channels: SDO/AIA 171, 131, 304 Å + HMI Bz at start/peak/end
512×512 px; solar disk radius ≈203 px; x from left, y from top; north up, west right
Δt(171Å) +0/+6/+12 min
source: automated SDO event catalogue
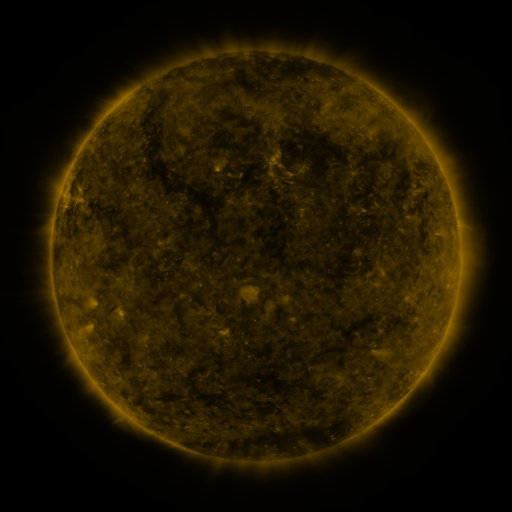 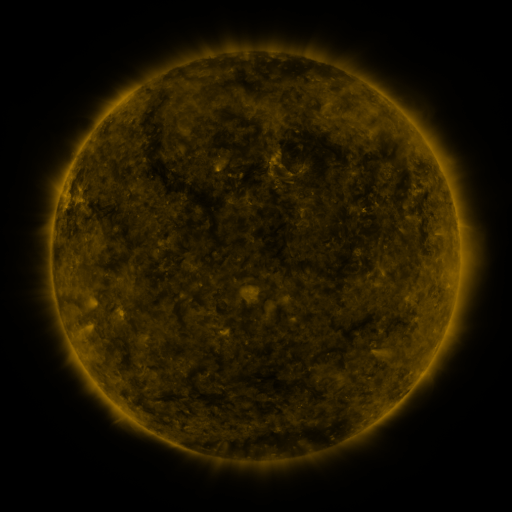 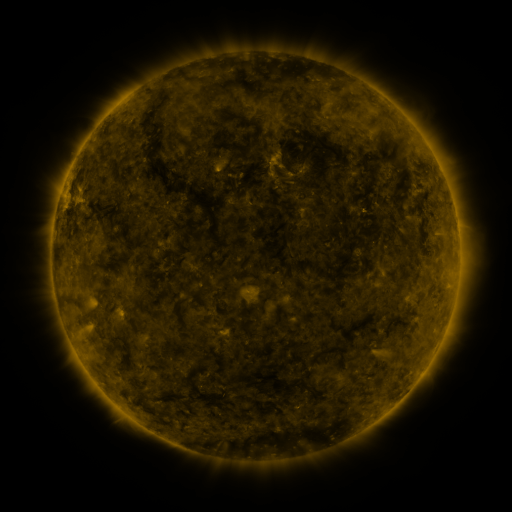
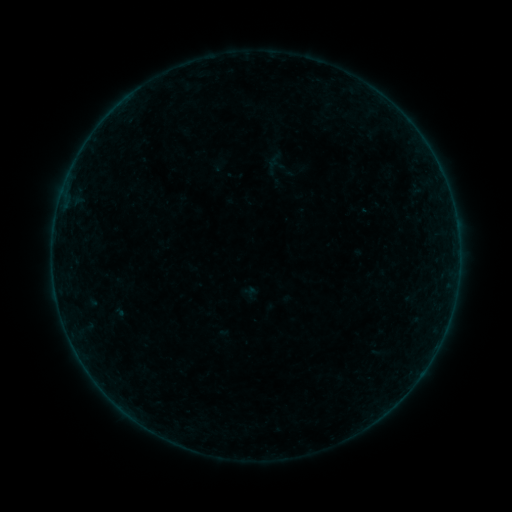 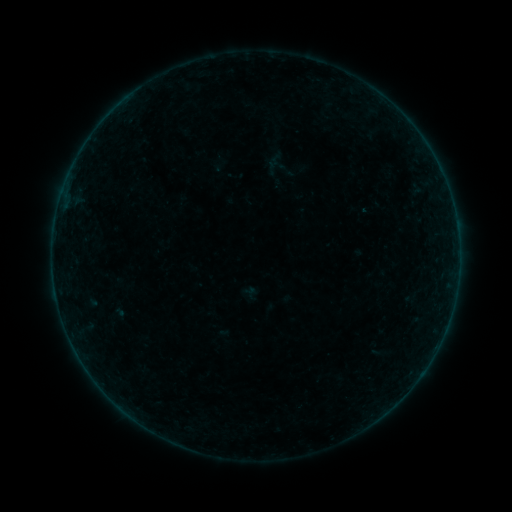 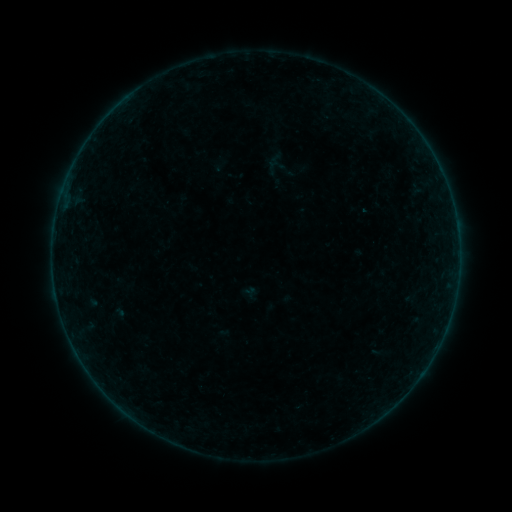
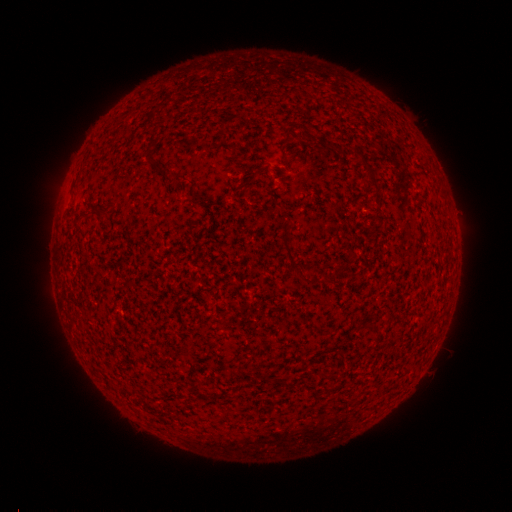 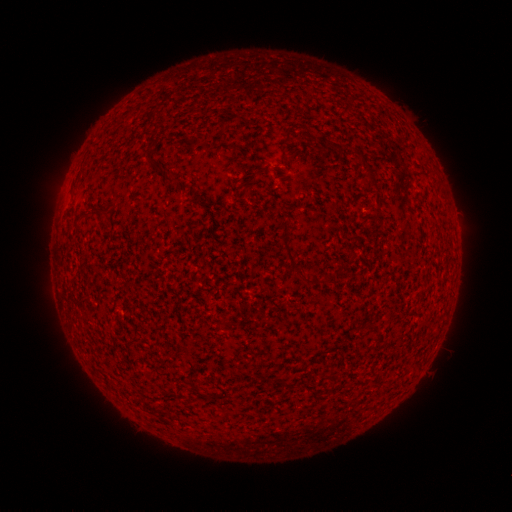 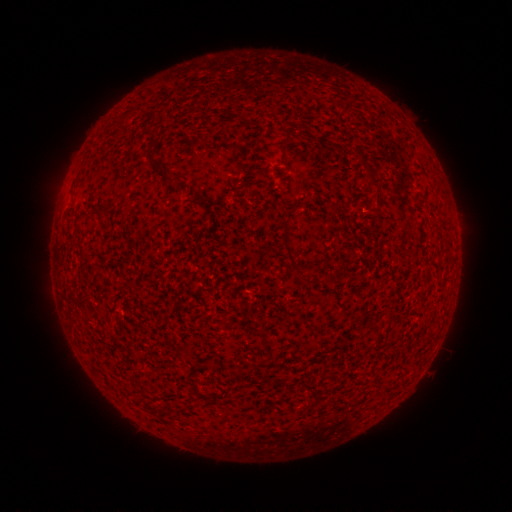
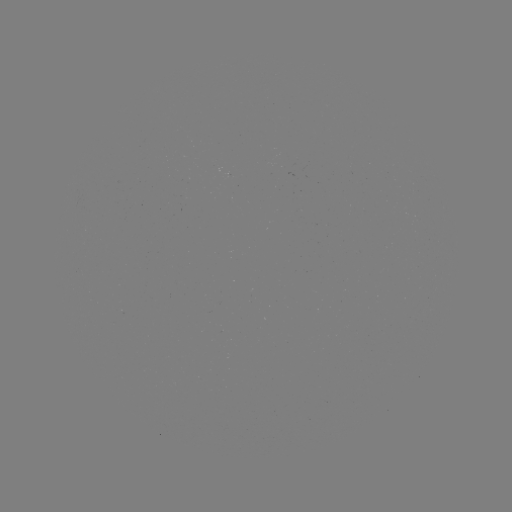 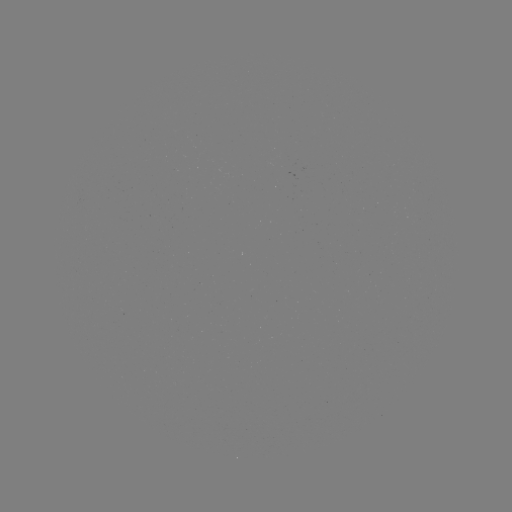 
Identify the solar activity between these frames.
B2.3 flare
